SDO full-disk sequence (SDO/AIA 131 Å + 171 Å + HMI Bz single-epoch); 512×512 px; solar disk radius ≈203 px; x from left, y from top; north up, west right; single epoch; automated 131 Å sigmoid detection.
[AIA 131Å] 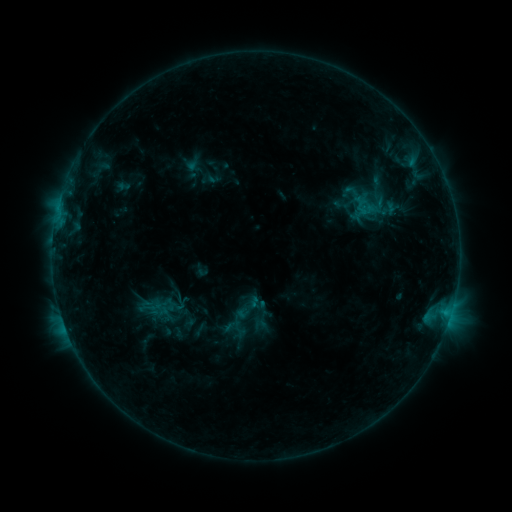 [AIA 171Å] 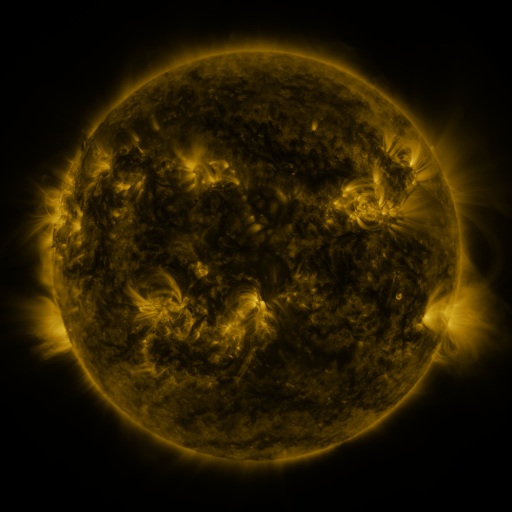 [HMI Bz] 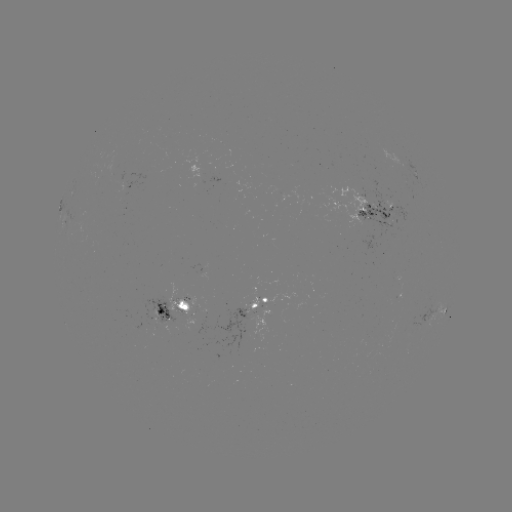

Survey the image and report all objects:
sigmoid: (377, 198, 401, 219)
sigmoid: (153, 298, 173, 314)
